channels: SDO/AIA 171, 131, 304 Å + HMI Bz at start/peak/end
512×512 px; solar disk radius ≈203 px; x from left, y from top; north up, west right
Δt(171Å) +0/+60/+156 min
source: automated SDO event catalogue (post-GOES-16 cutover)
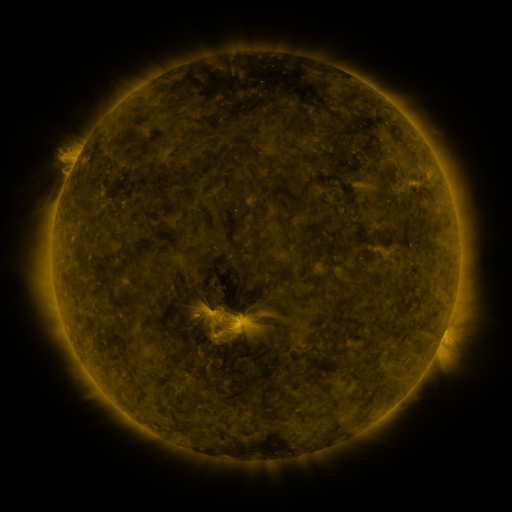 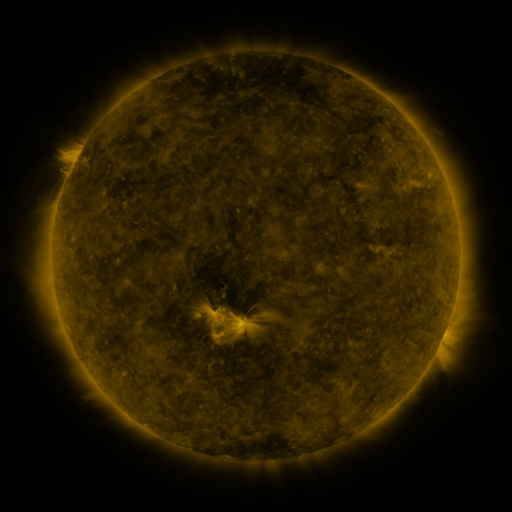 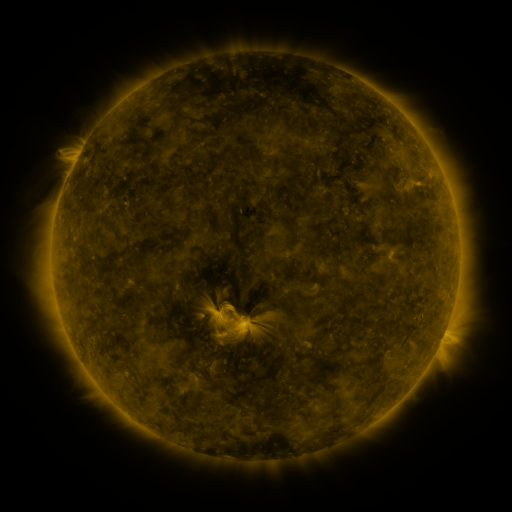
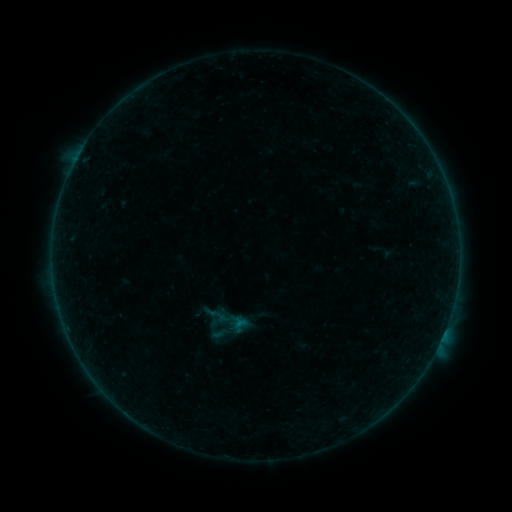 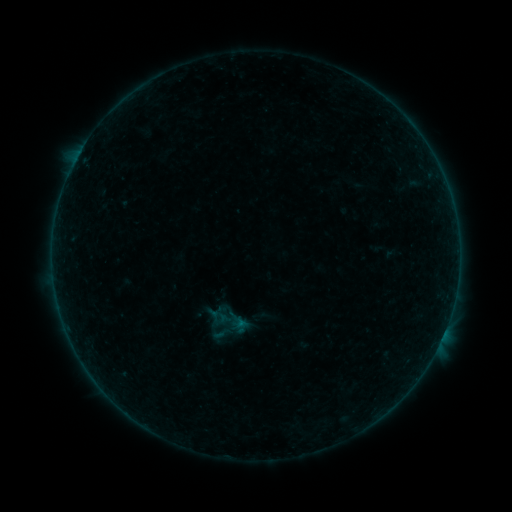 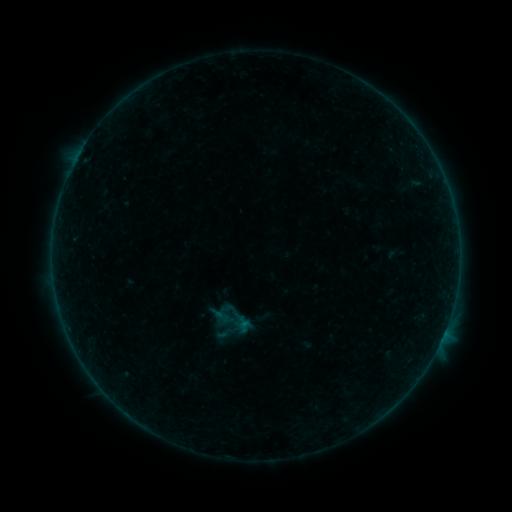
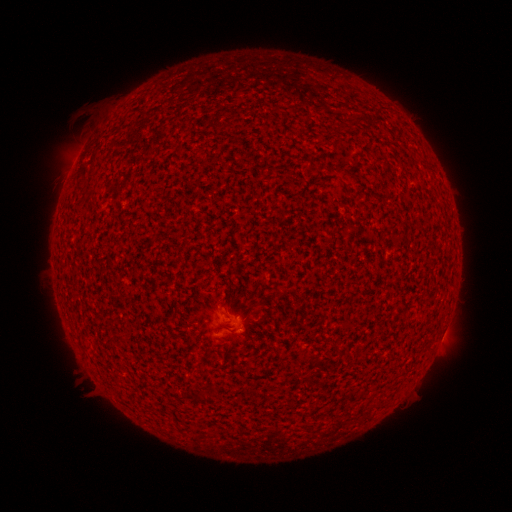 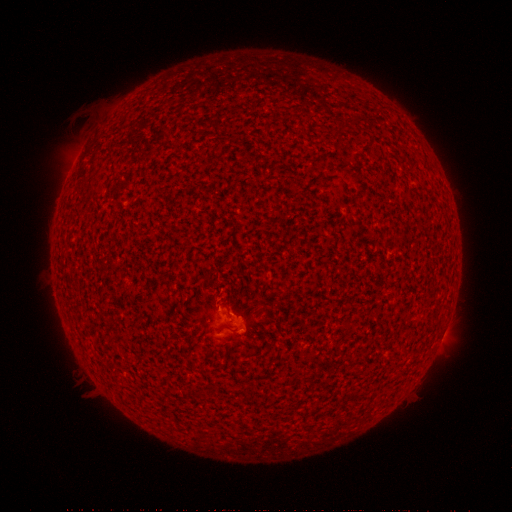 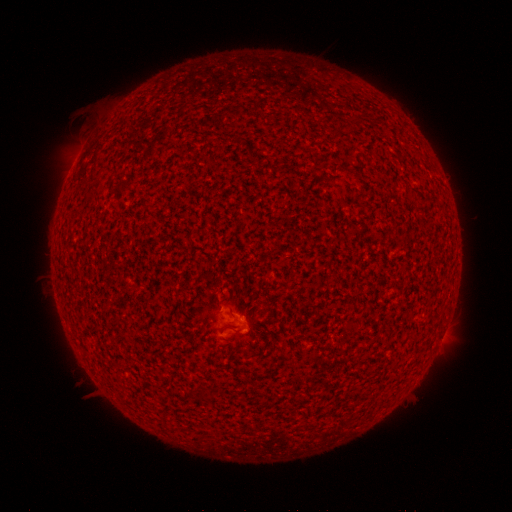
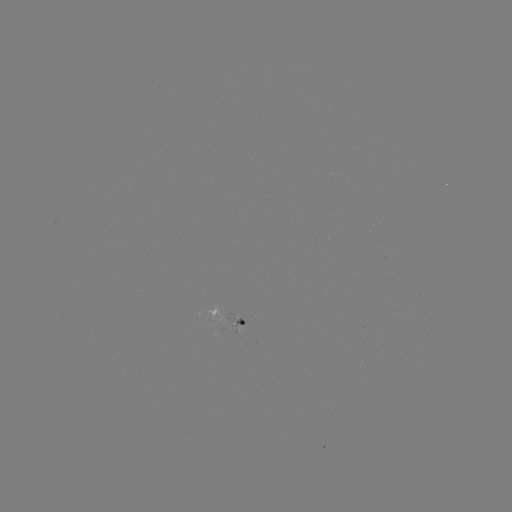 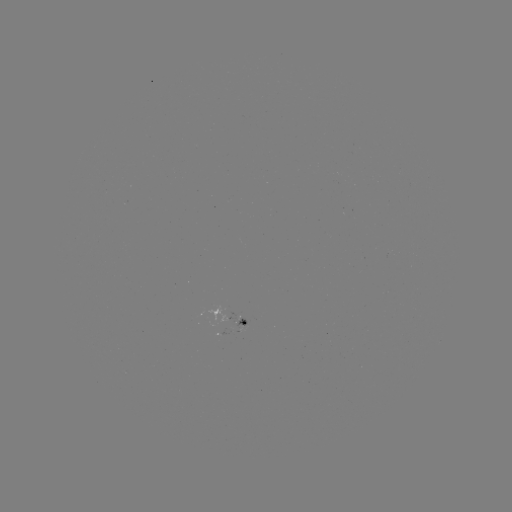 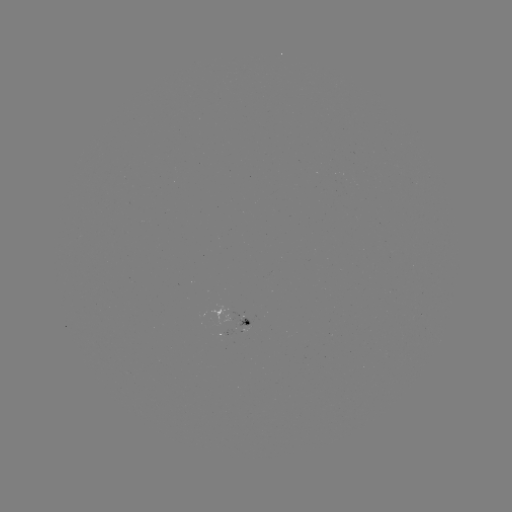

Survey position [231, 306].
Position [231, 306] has A8.3 flare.